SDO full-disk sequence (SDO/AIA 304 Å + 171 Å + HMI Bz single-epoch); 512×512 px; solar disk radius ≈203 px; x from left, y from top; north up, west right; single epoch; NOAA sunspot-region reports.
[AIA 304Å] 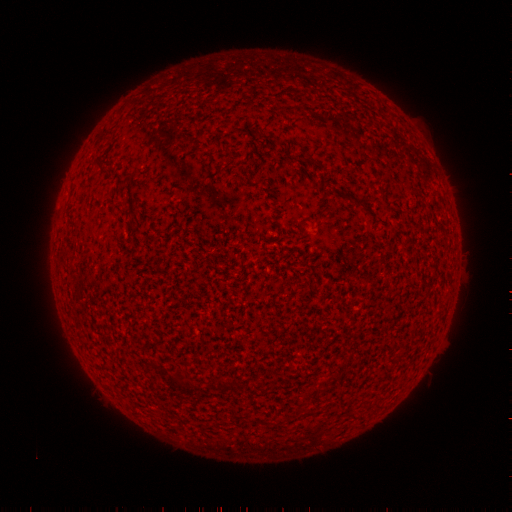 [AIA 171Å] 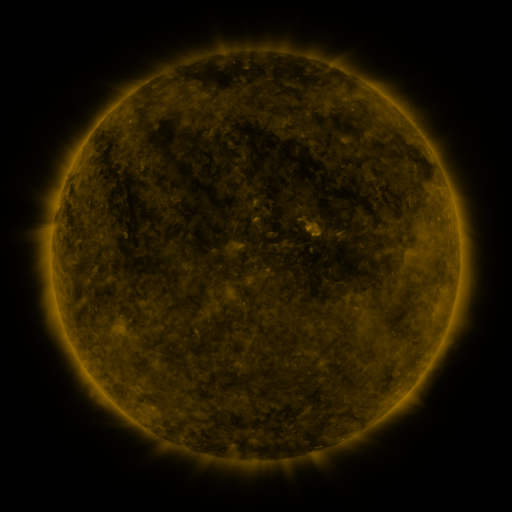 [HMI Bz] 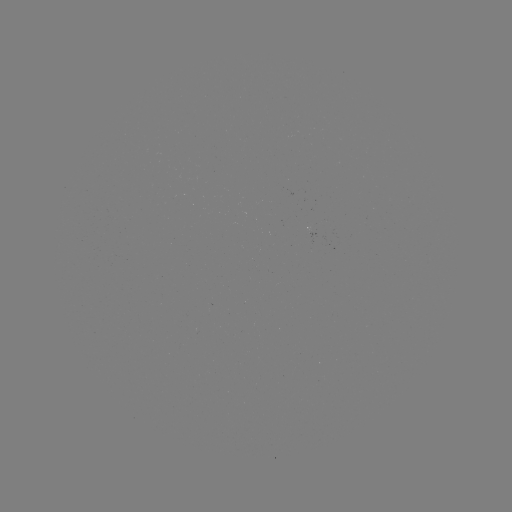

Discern spotted active region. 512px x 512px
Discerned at [315, 231].